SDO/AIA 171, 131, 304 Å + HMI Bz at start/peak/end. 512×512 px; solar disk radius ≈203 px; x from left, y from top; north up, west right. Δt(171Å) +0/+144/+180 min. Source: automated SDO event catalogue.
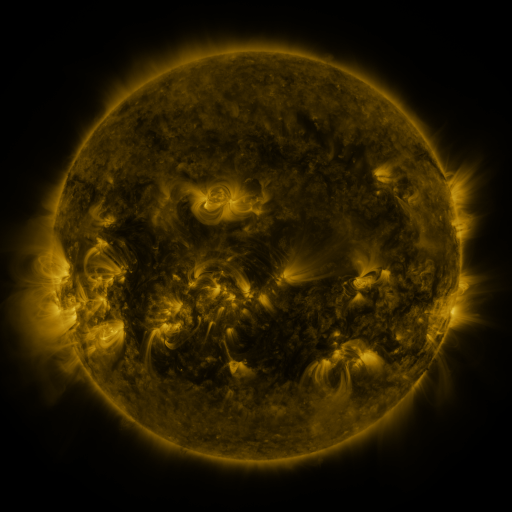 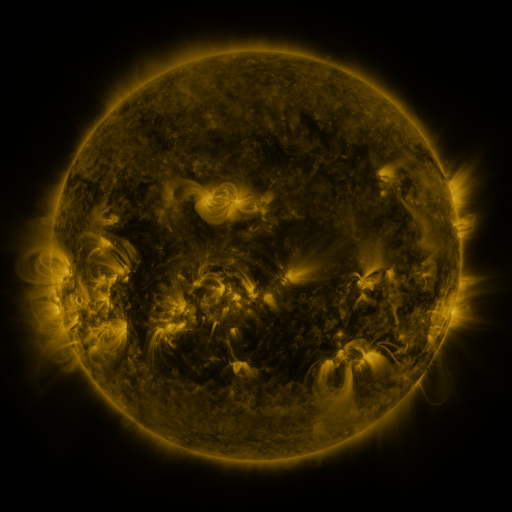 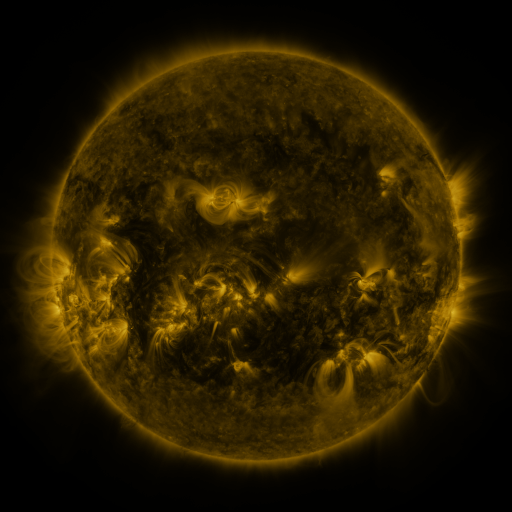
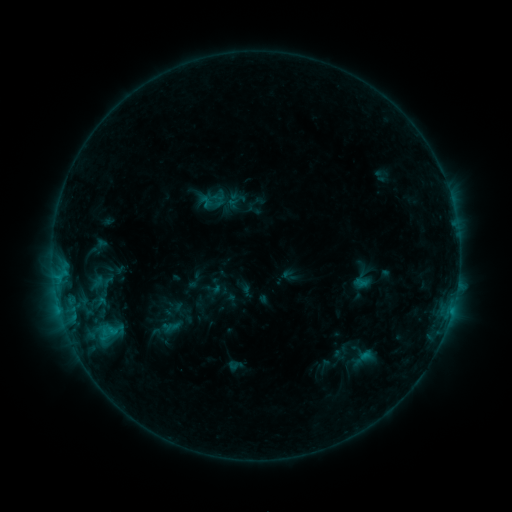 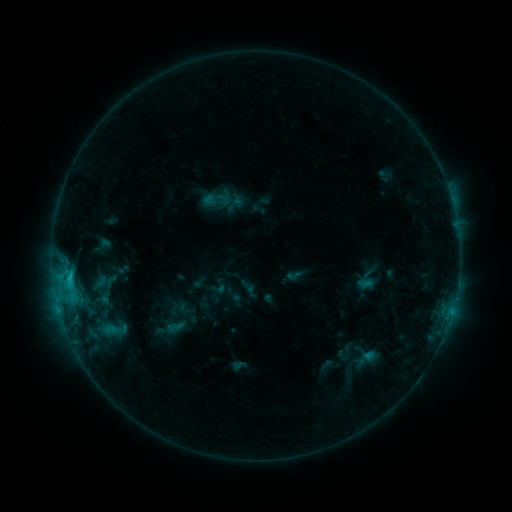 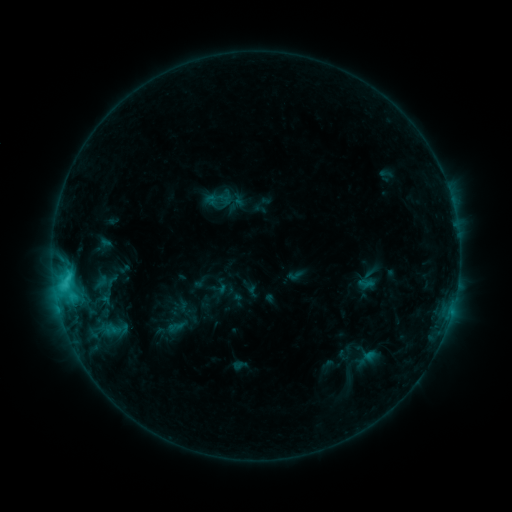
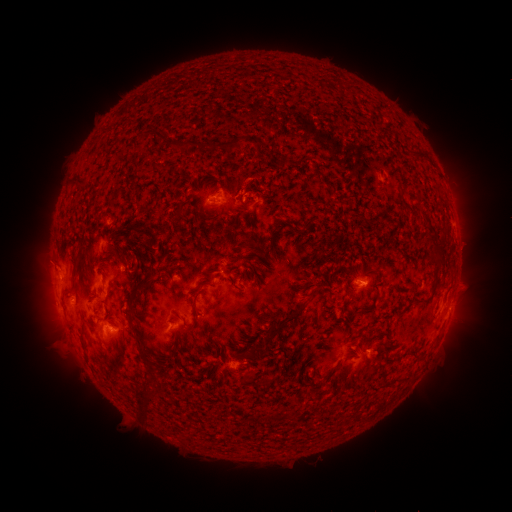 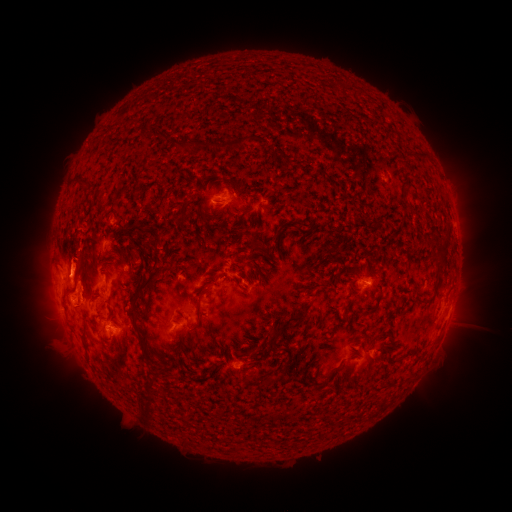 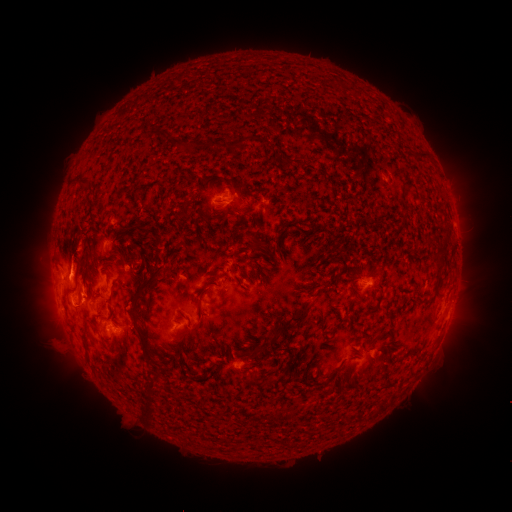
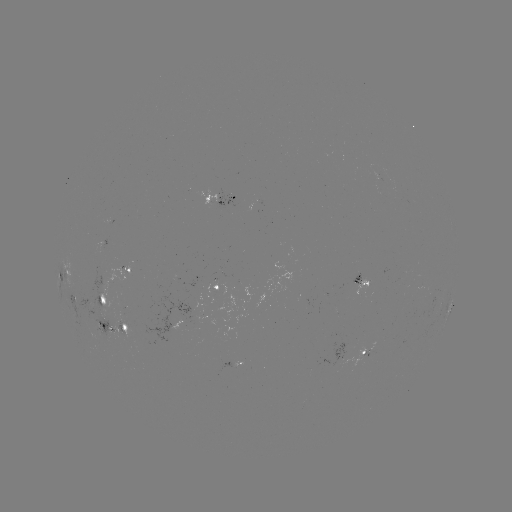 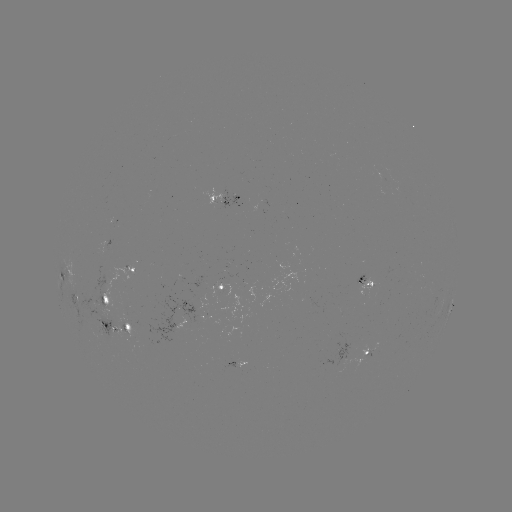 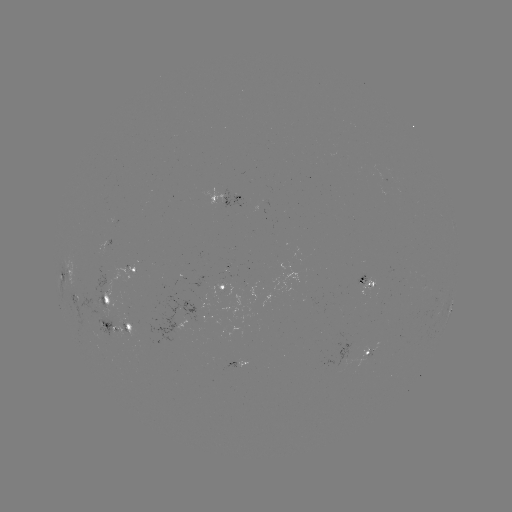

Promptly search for emerging-flux region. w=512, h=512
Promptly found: [104, 318].